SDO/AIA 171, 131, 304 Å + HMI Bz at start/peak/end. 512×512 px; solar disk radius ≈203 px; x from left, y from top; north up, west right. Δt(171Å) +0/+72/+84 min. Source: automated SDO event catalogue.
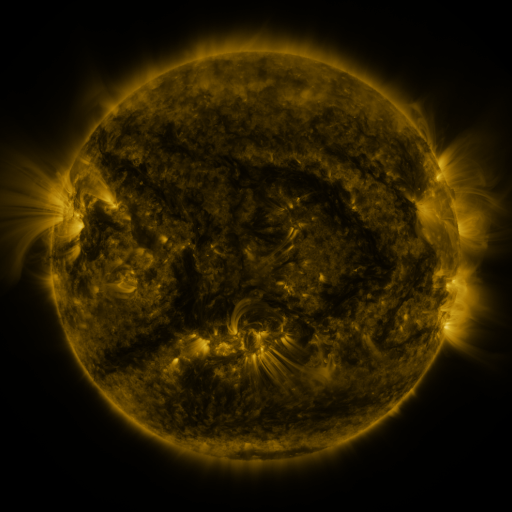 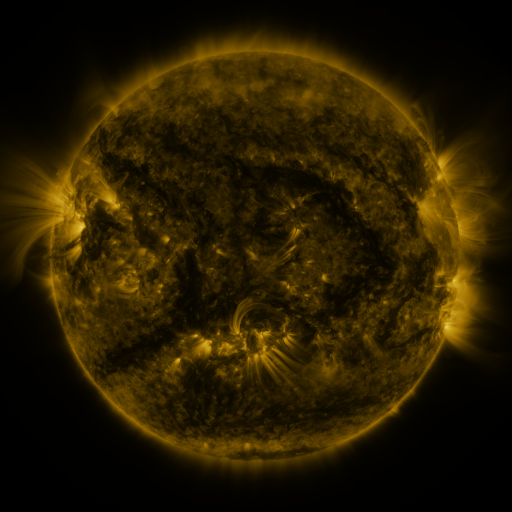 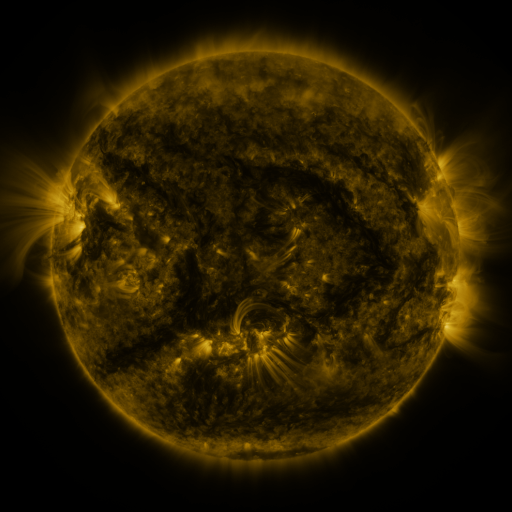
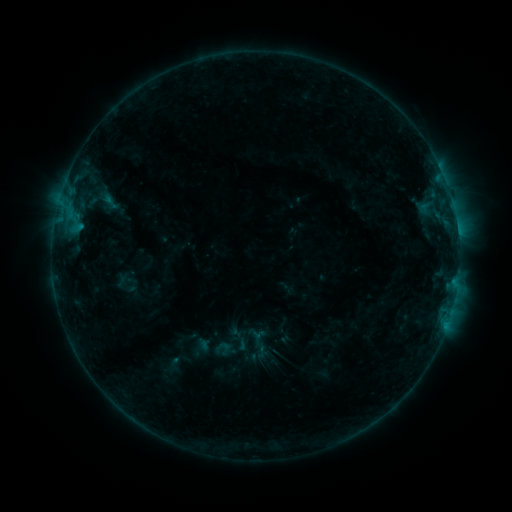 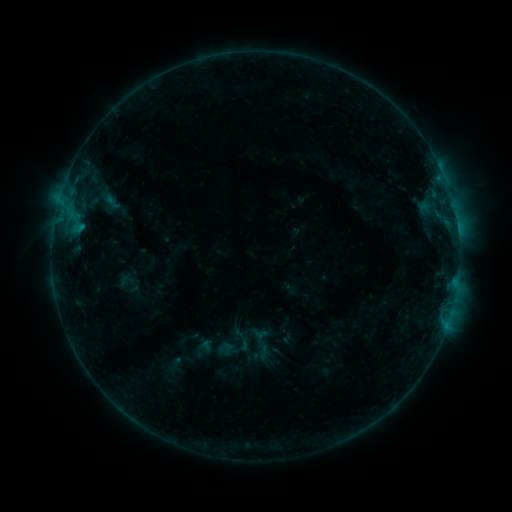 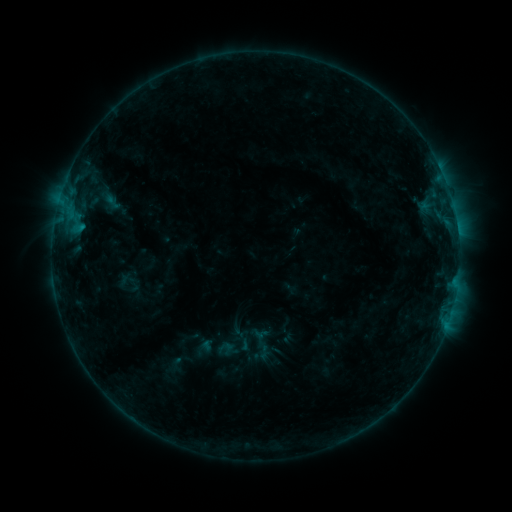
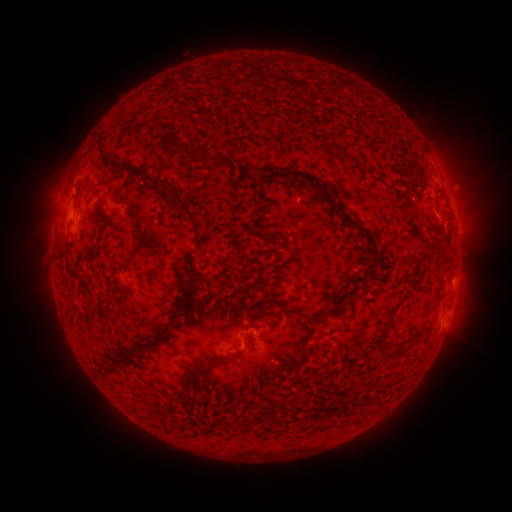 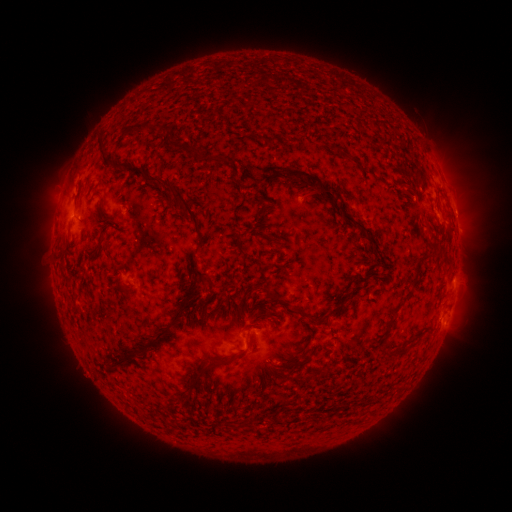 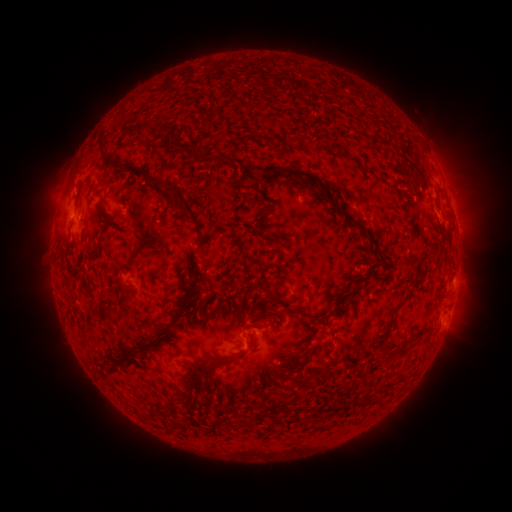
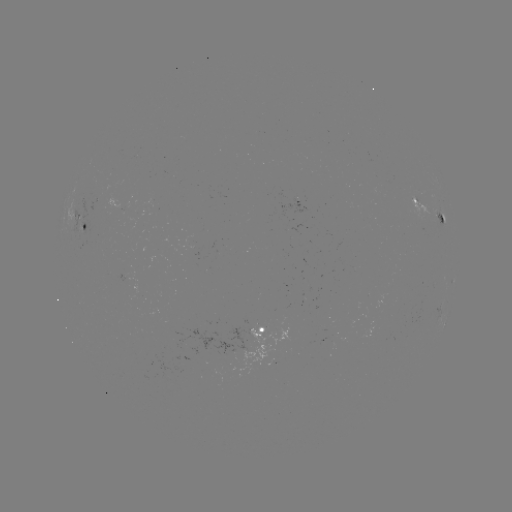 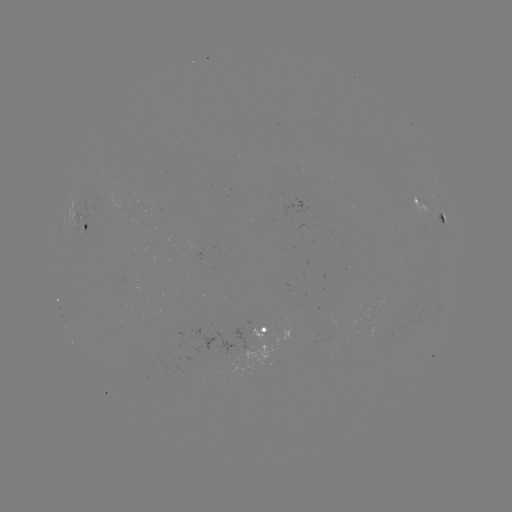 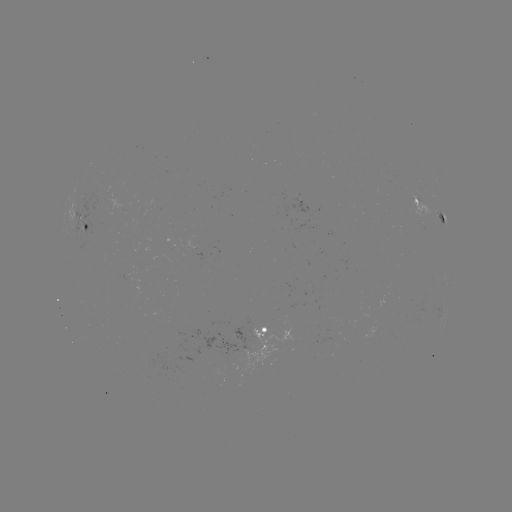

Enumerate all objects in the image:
emerging-flux region: (193, 242)
